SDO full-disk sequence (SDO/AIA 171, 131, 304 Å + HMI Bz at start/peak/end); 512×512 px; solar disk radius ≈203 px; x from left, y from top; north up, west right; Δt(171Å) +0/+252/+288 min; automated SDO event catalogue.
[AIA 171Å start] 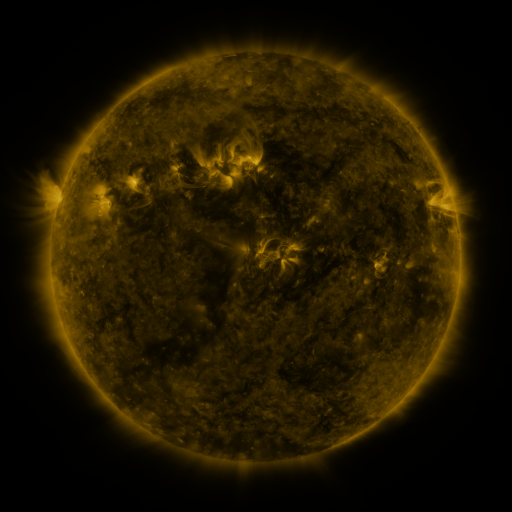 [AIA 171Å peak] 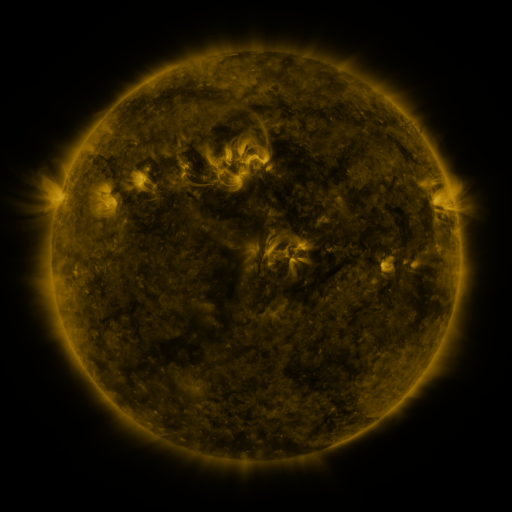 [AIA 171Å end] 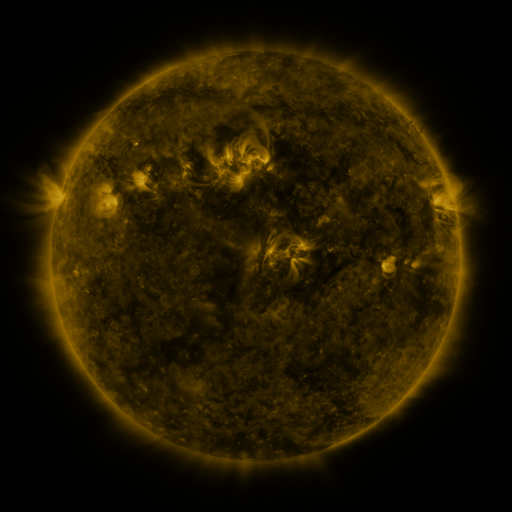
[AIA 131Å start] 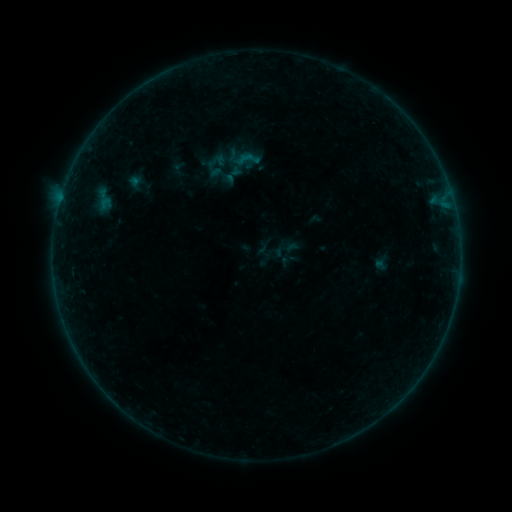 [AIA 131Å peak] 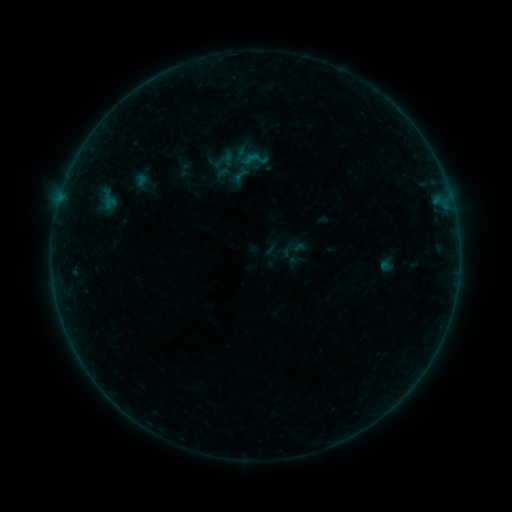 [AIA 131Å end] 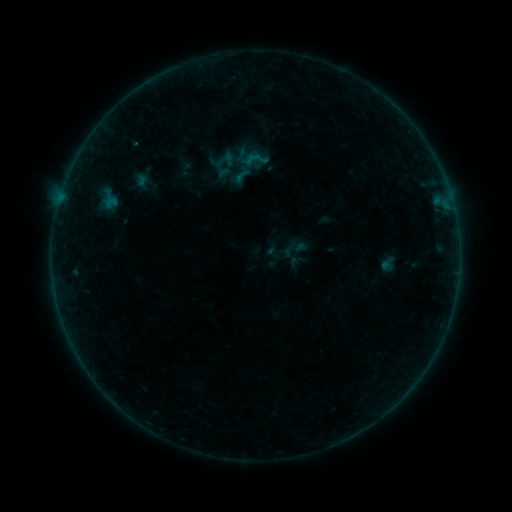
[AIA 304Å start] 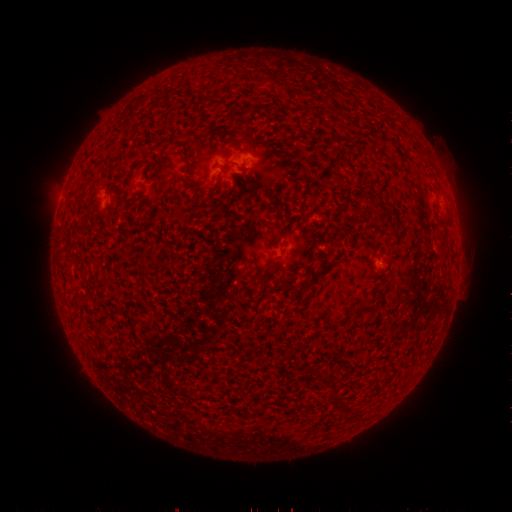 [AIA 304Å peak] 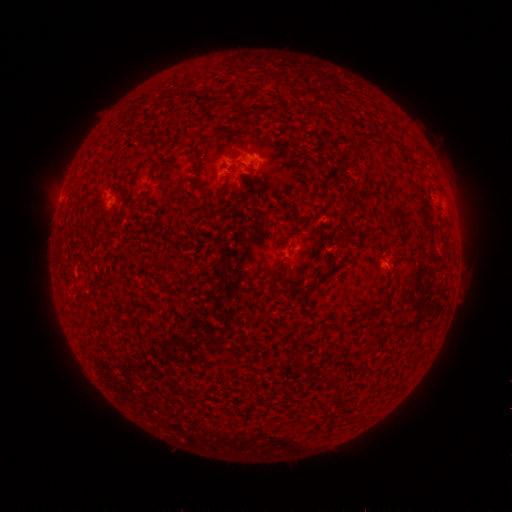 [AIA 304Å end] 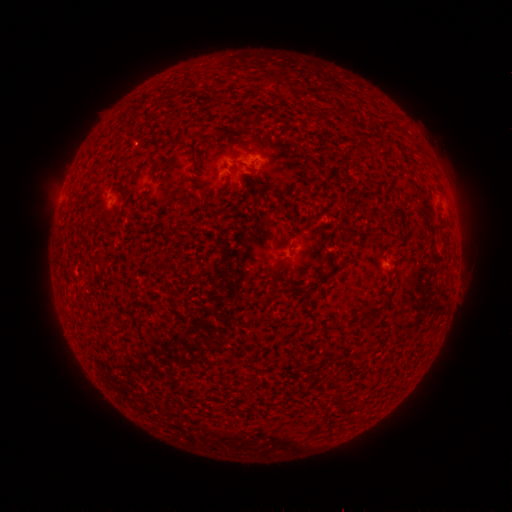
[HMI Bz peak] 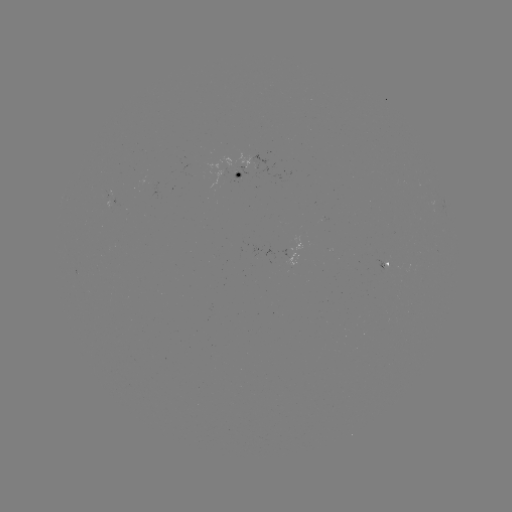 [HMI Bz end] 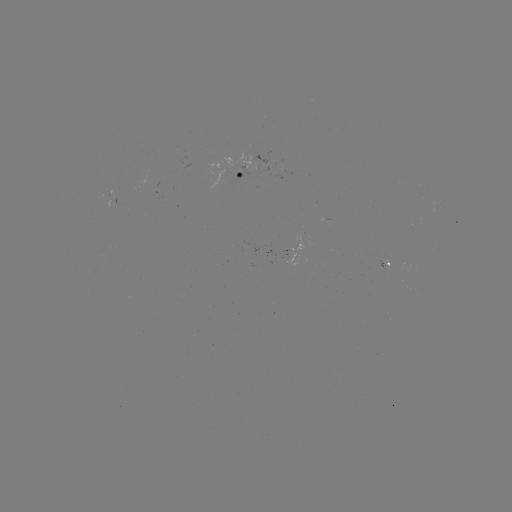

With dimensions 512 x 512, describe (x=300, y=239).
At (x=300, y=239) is emerging-flux region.